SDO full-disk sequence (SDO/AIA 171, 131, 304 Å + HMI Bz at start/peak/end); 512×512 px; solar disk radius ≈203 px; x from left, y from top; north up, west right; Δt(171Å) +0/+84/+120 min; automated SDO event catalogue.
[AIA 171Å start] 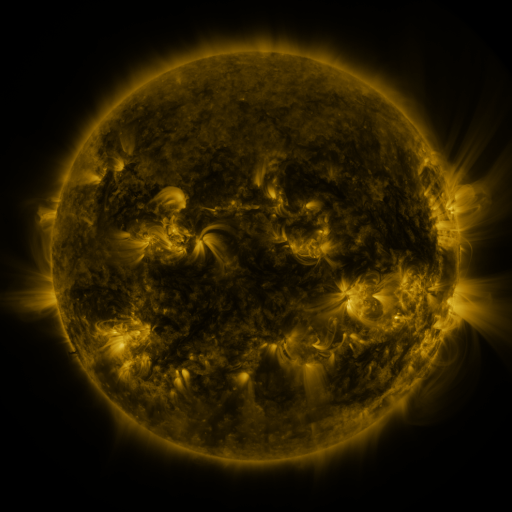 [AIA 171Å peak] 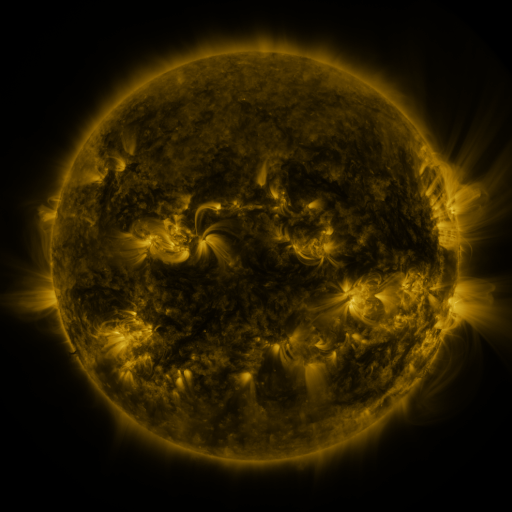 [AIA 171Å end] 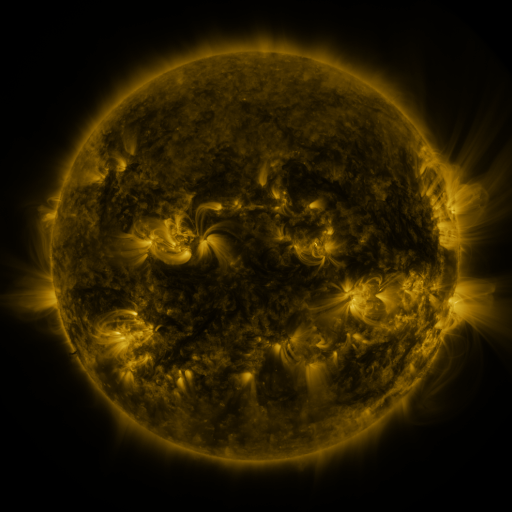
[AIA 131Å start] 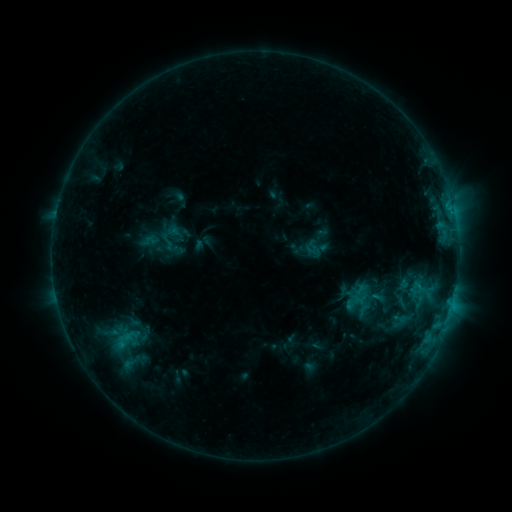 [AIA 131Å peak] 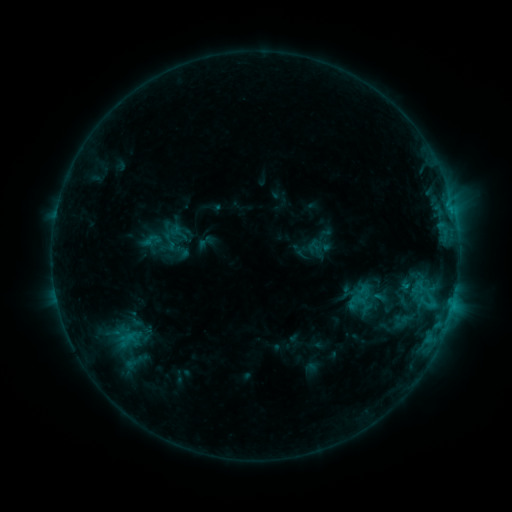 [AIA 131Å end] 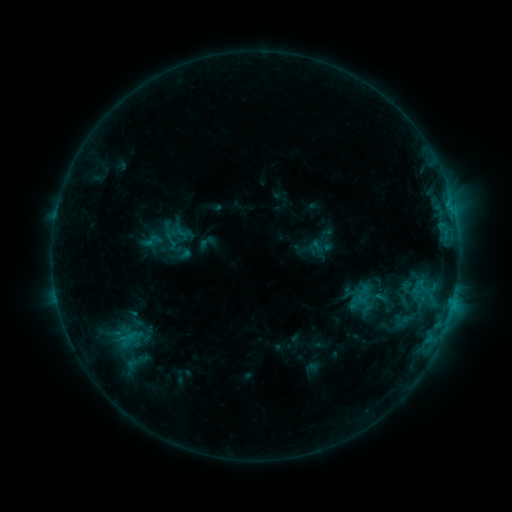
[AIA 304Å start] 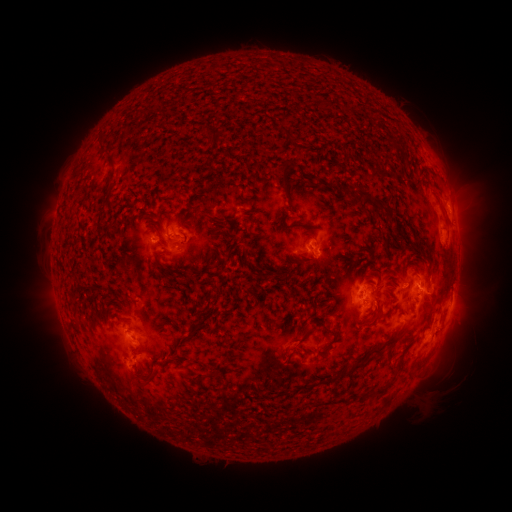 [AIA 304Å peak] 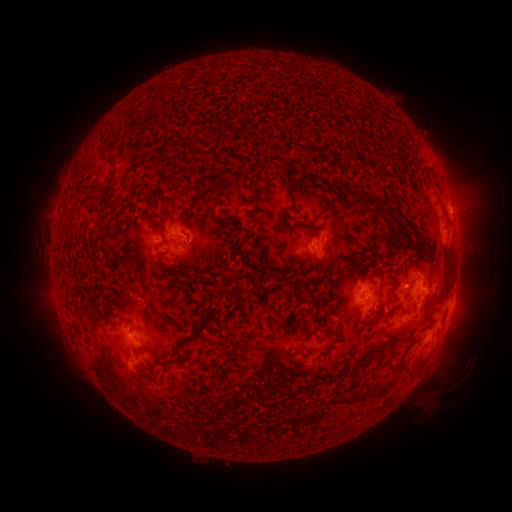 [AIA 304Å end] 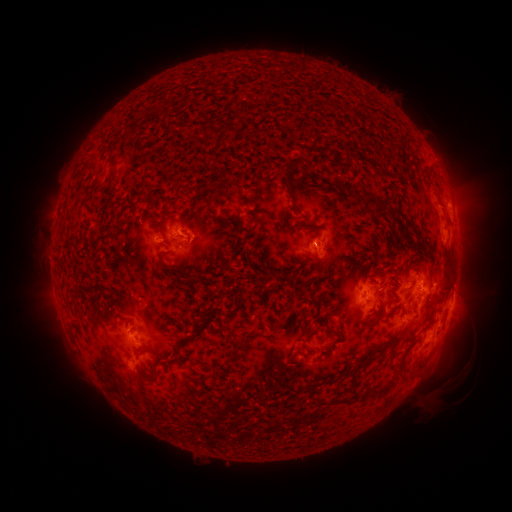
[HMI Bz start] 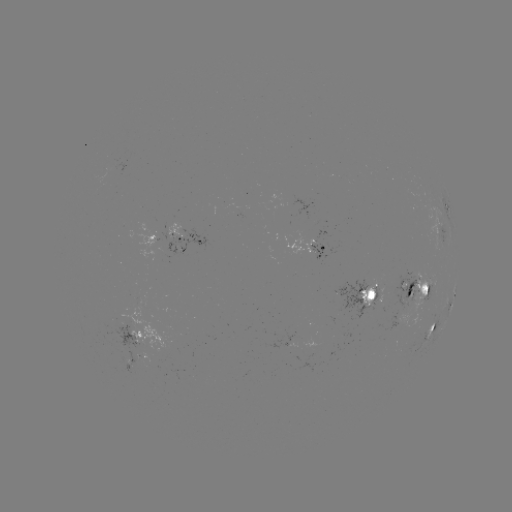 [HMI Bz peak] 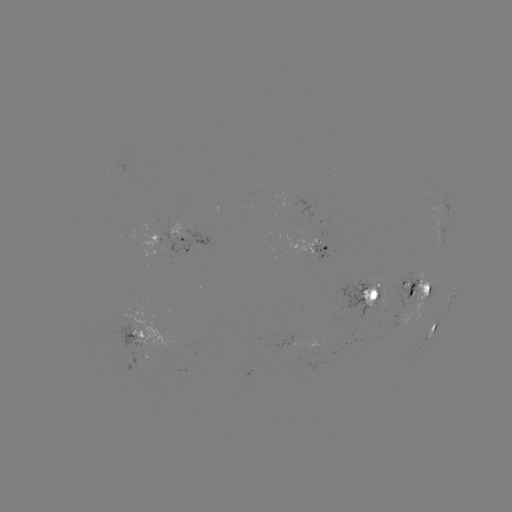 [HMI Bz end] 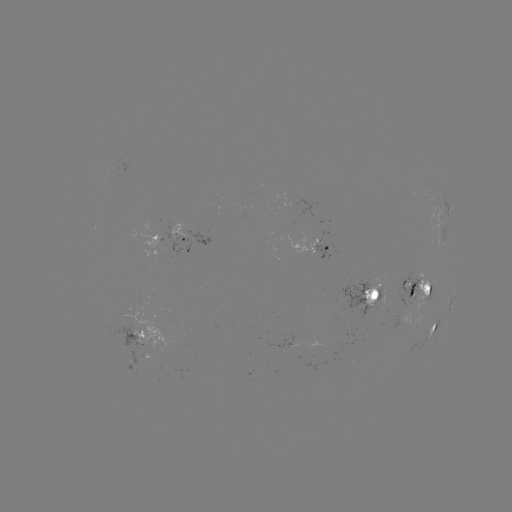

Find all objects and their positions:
emerging-flux region: (321, 237)
